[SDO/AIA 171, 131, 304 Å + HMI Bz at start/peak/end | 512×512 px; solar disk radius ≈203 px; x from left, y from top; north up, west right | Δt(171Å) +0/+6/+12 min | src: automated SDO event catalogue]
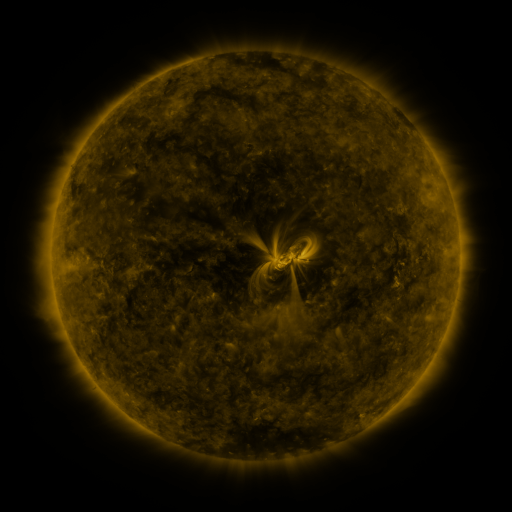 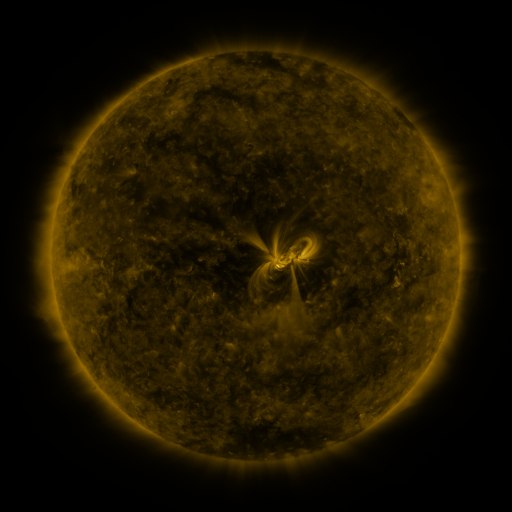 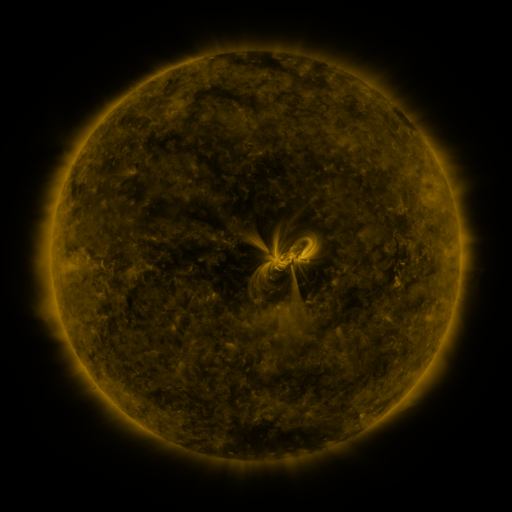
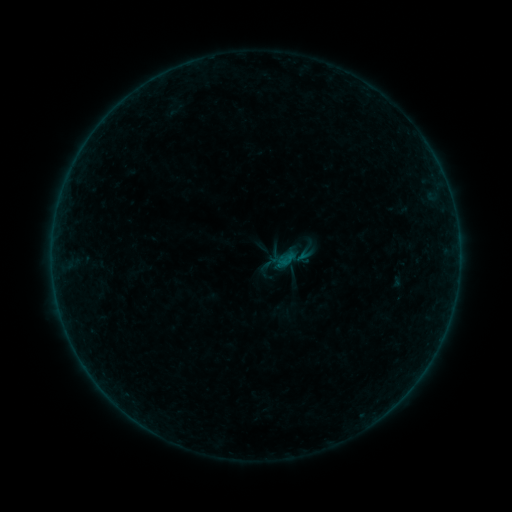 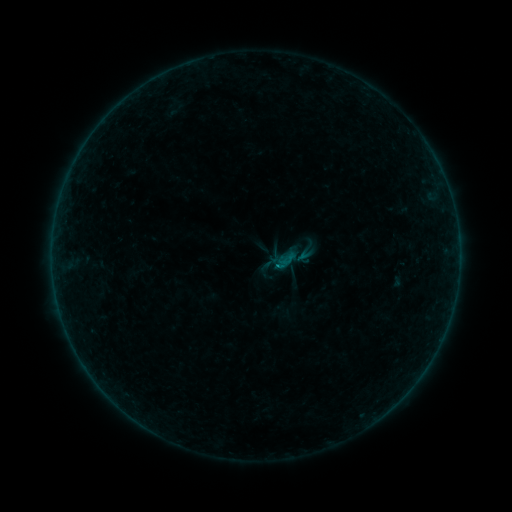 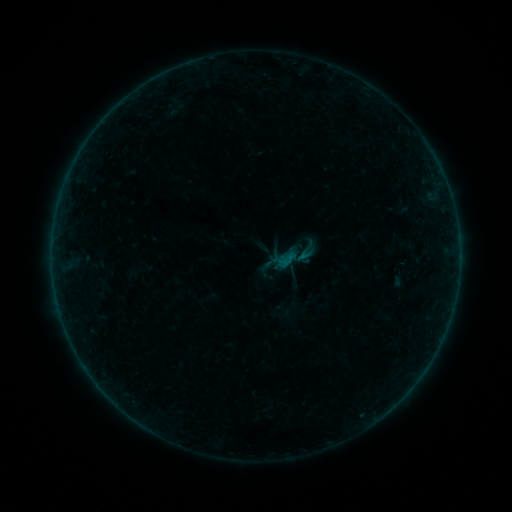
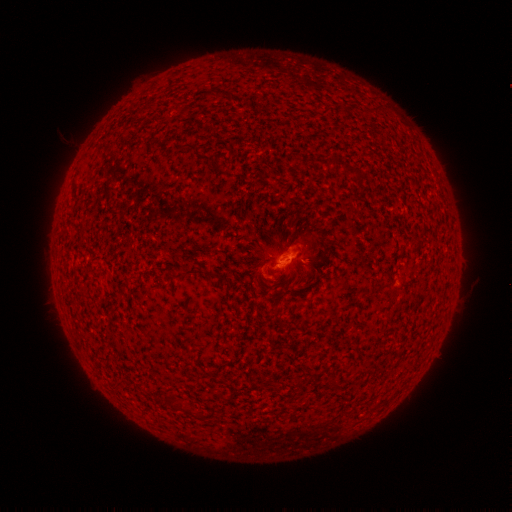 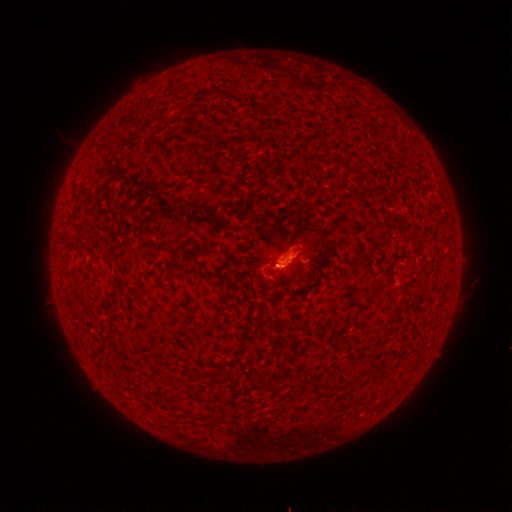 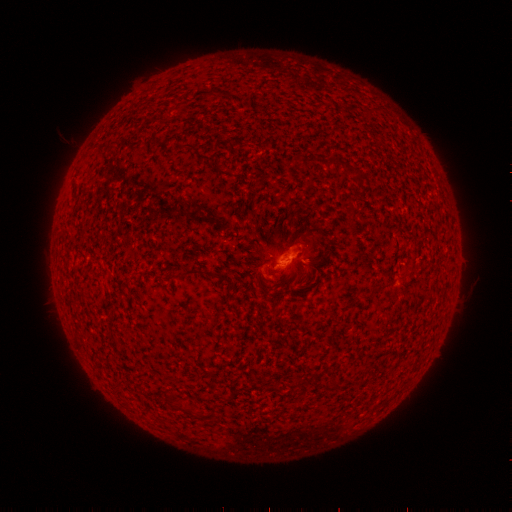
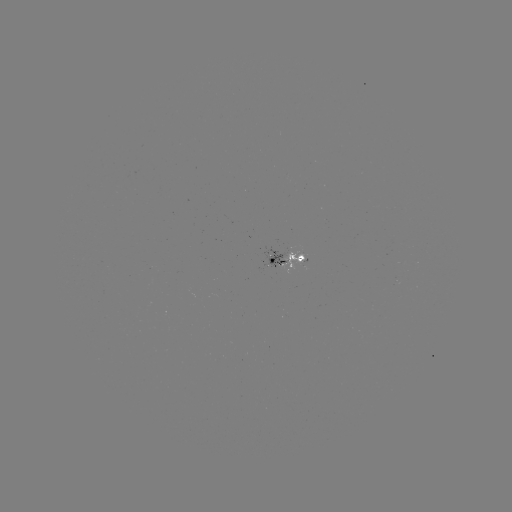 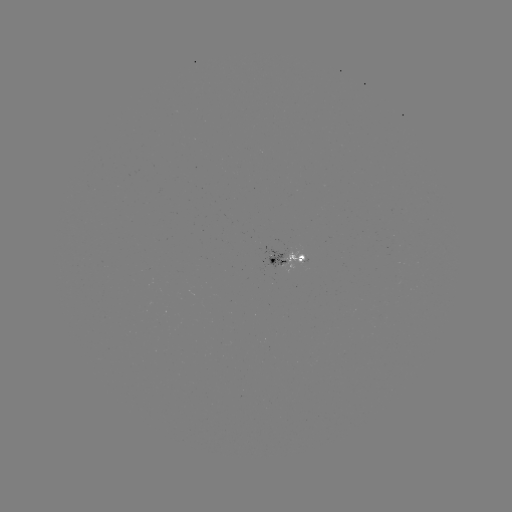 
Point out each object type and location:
B1.5 flare: (308, 243)
